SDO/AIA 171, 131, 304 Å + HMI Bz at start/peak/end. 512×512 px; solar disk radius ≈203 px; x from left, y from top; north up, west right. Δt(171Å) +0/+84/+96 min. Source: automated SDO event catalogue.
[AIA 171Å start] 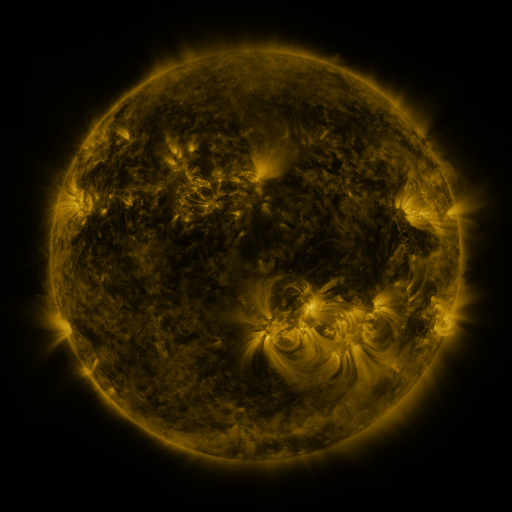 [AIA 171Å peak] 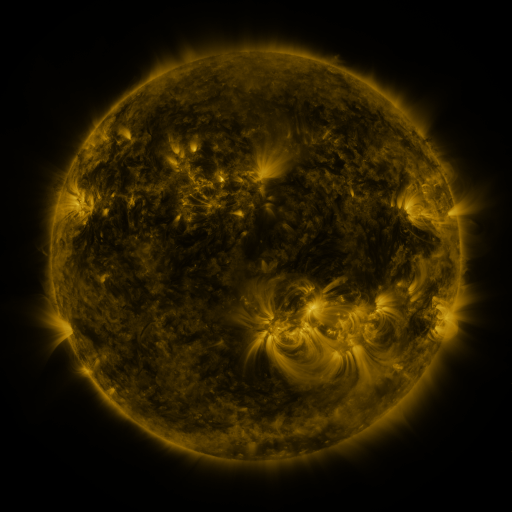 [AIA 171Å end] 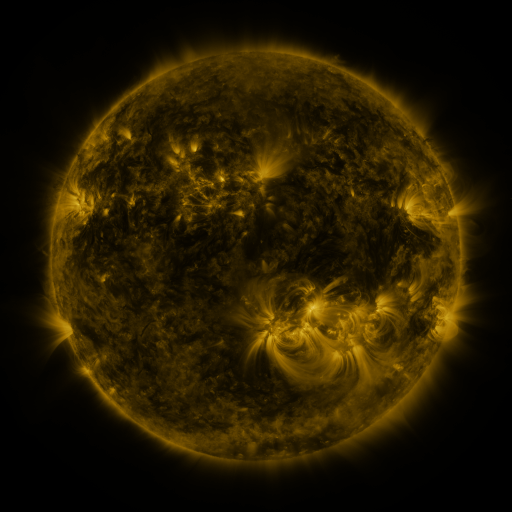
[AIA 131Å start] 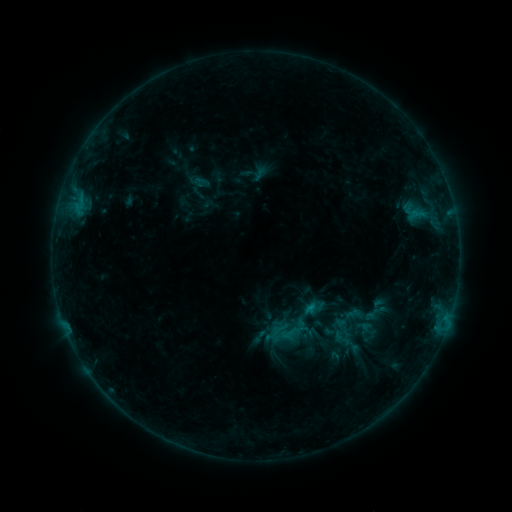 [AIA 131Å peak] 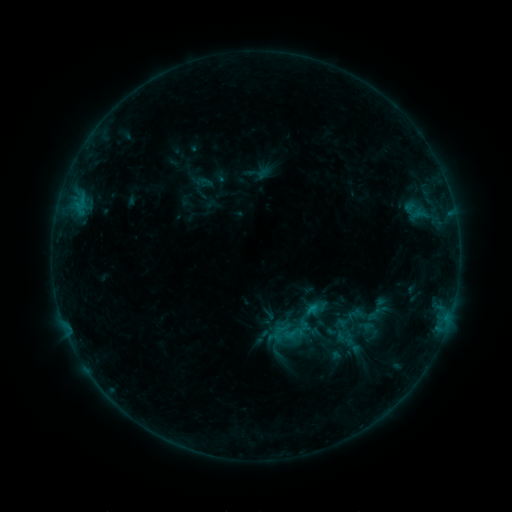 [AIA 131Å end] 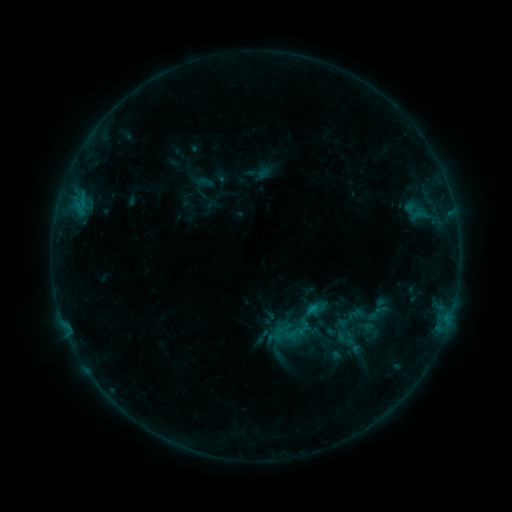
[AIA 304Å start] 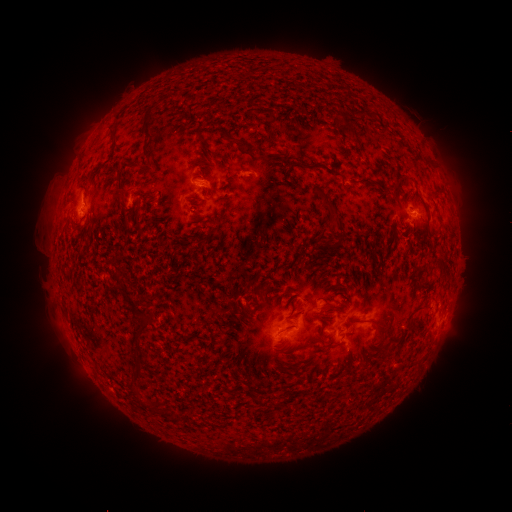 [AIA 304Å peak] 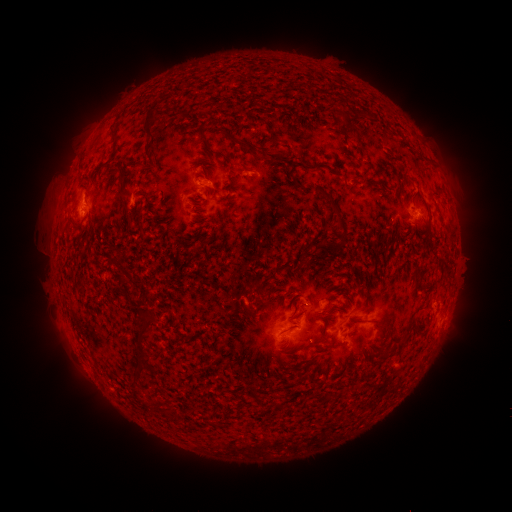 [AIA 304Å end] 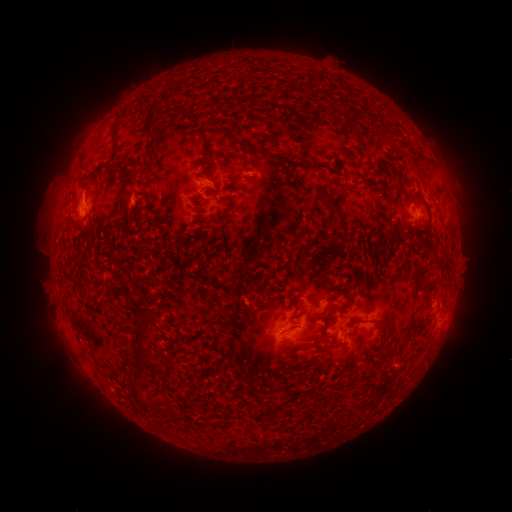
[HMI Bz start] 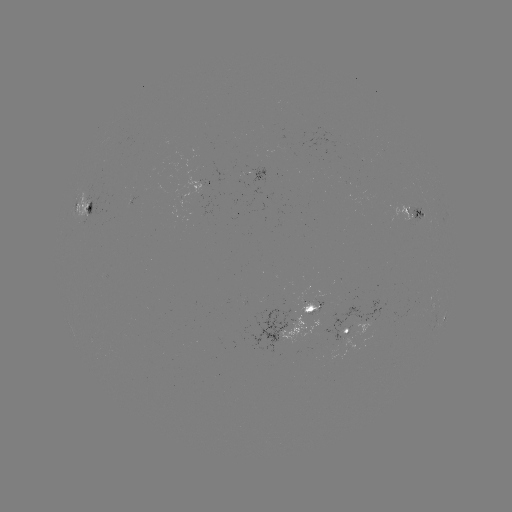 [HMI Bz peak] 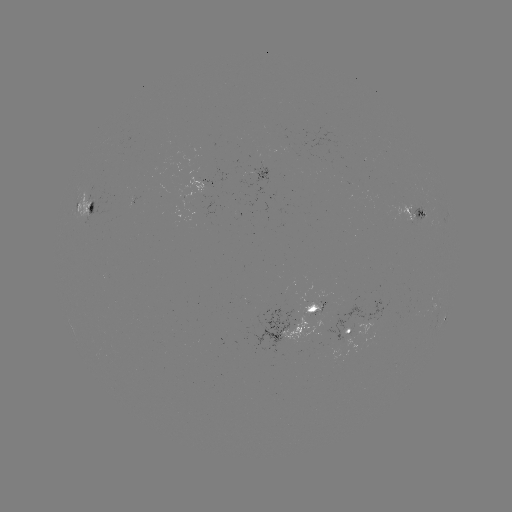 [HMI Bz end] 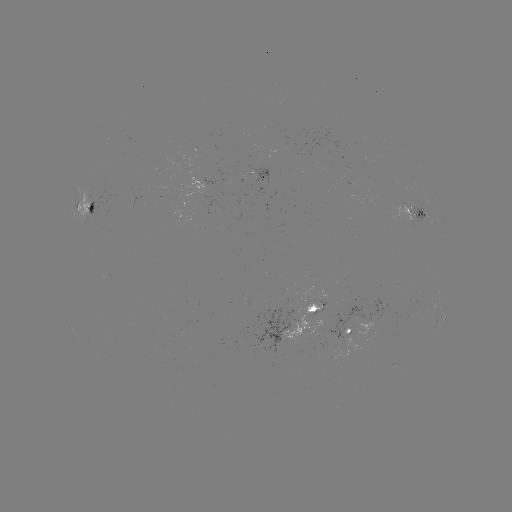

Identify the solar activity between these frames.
emerging-flux region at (350, 333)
